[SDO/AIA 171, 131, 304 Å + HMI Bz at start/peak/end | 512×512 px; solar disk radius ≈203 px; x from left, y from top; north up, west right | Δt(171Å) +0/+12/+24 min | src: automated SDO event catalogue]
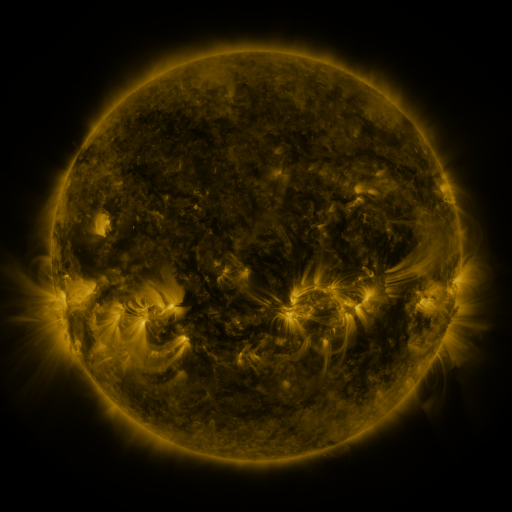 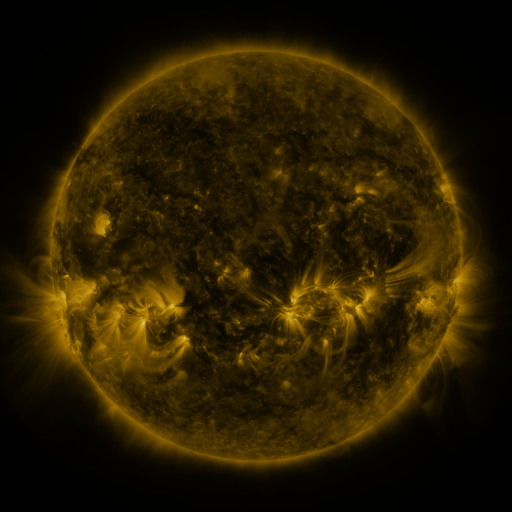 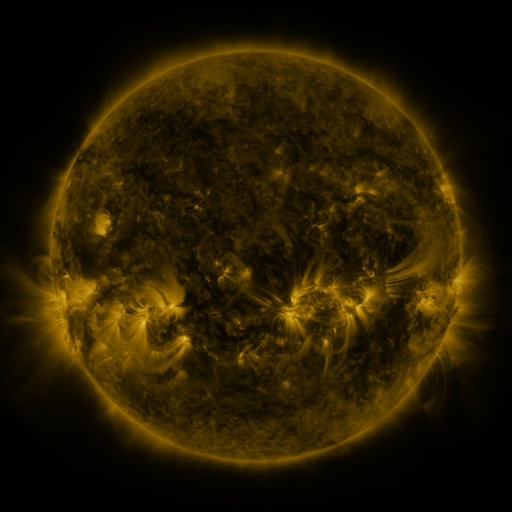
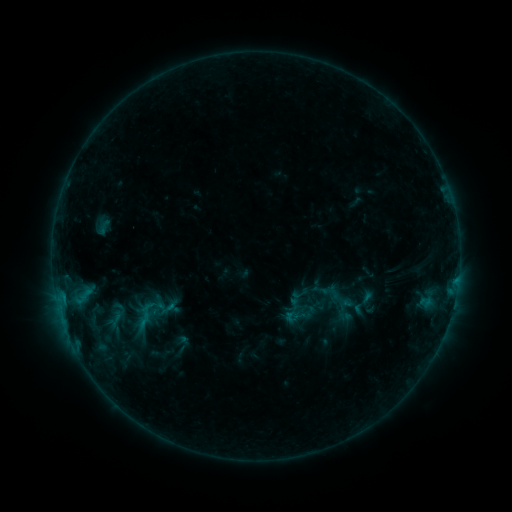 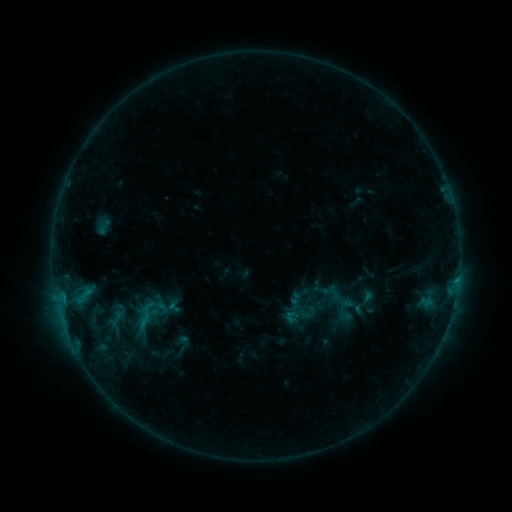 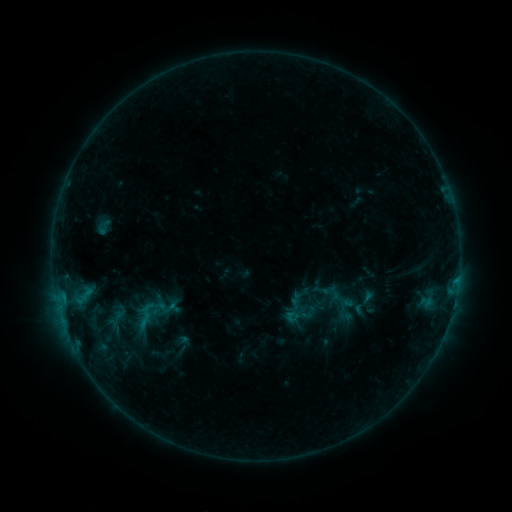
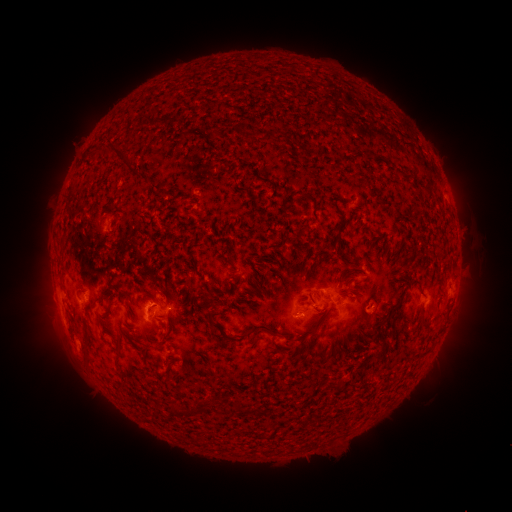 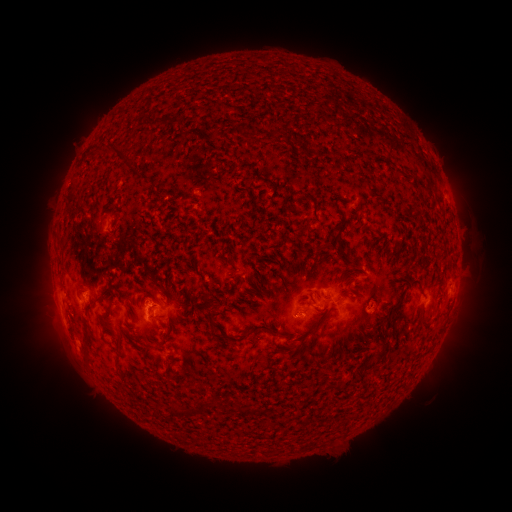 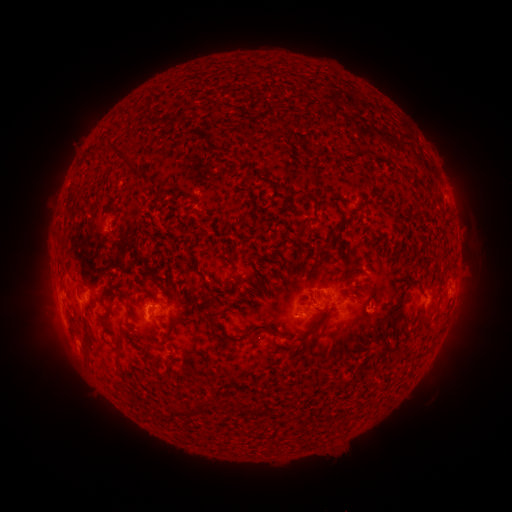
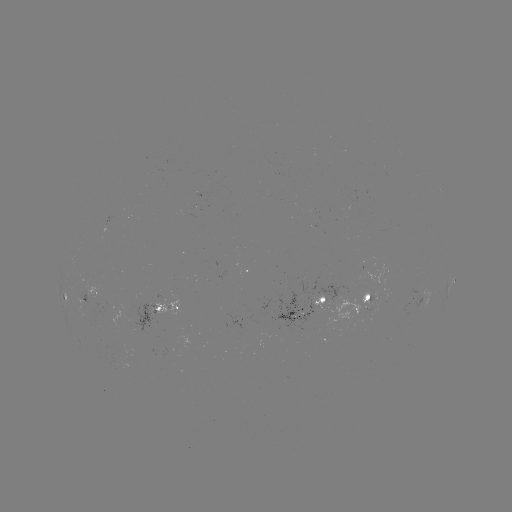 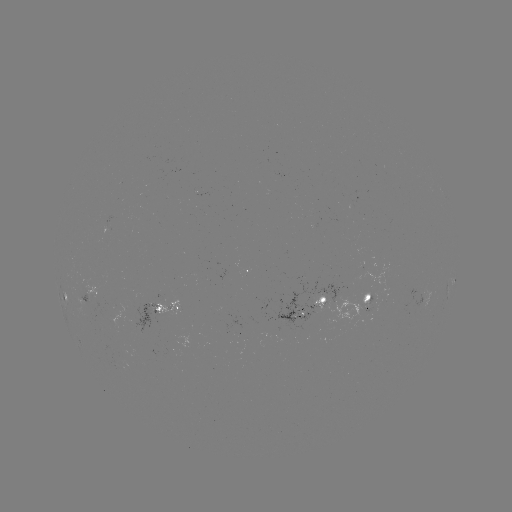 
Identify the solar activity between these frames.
no catalogued flare and no flagged EUV brightening in this window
